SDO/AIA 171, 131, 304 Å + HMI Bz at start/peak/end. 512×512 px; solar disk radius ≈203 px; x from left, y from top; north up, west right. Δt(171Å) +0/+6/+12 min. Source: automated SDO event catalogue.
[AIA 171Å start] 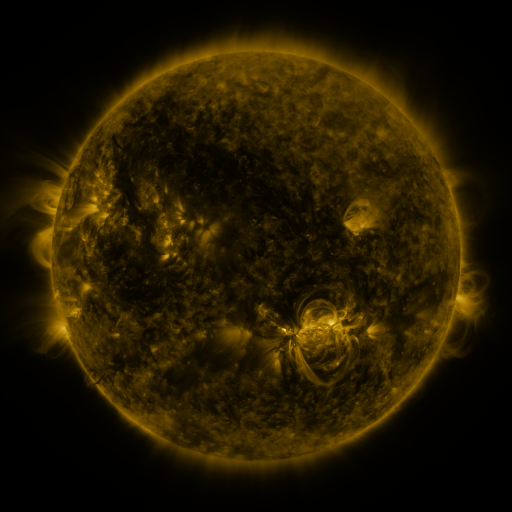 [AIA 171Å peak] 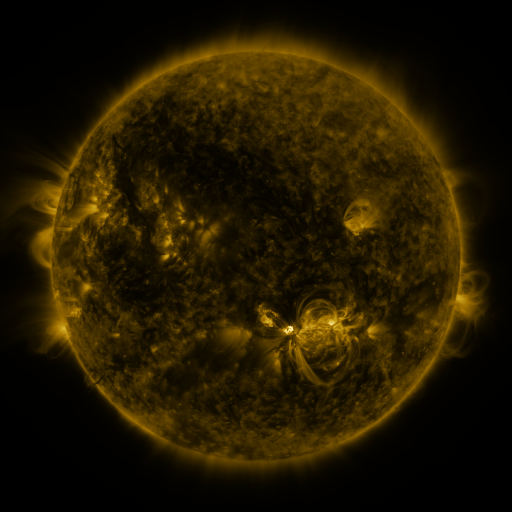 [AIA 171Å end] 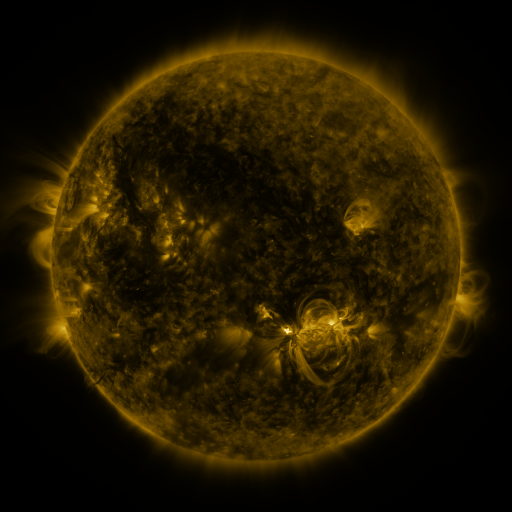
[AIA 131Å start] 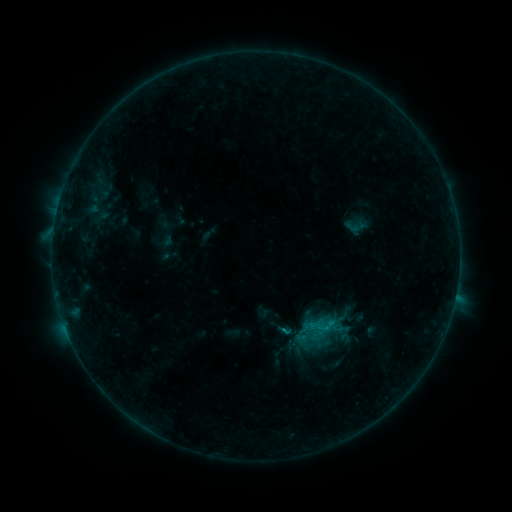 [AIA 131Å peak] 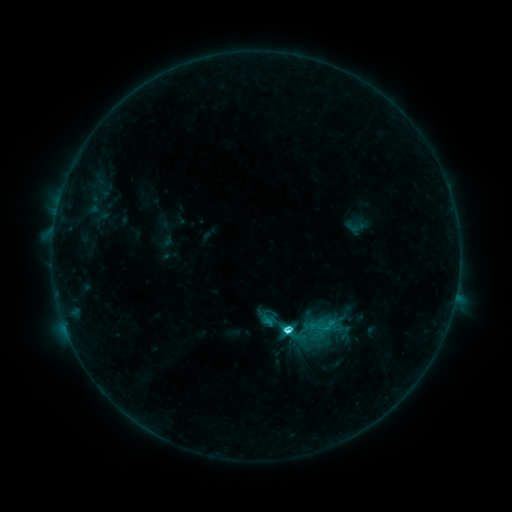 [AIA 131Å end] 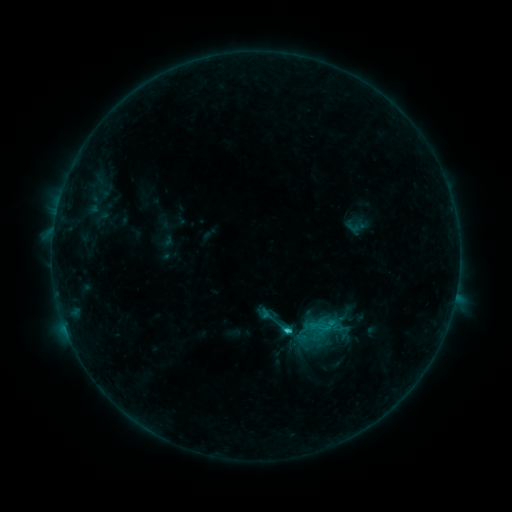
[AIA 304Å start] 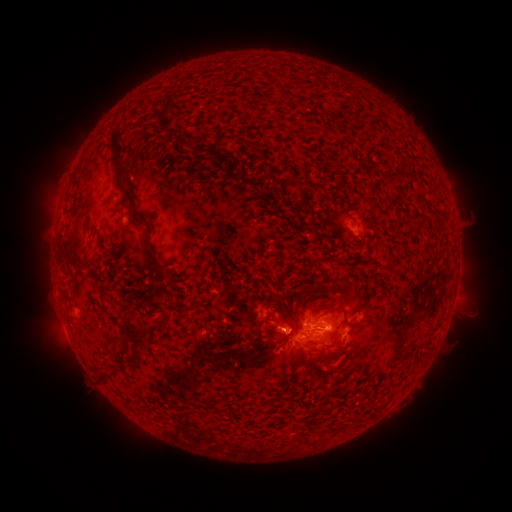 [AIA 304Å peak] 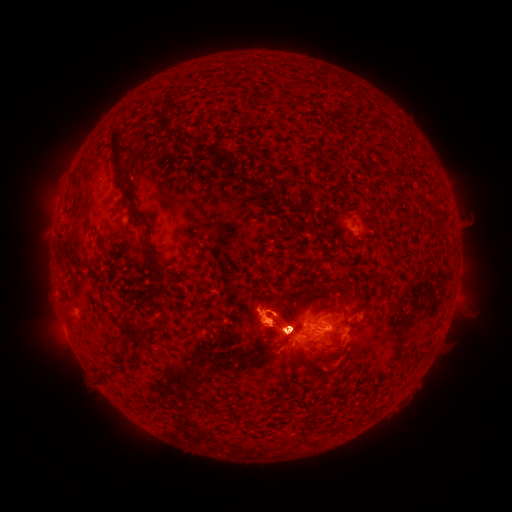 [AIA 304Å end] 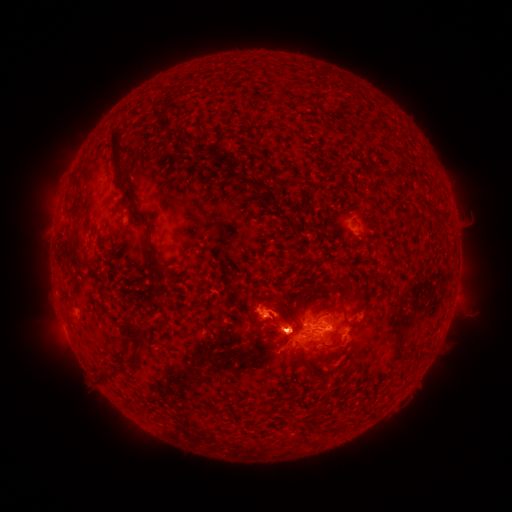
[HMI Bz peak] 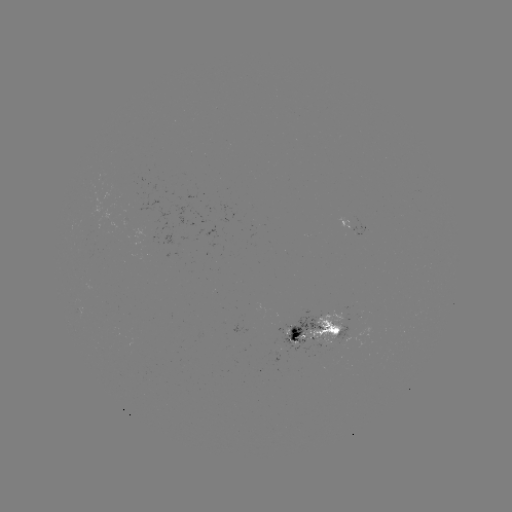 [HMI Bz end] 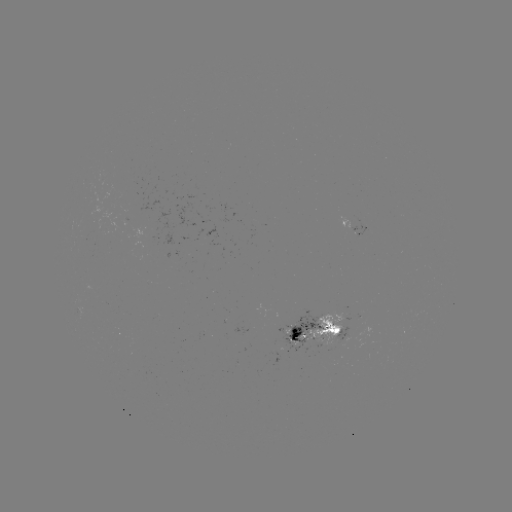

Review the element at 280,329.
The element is C3.6 flare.